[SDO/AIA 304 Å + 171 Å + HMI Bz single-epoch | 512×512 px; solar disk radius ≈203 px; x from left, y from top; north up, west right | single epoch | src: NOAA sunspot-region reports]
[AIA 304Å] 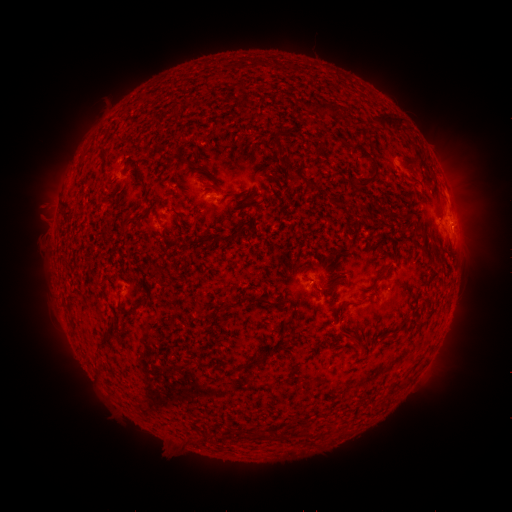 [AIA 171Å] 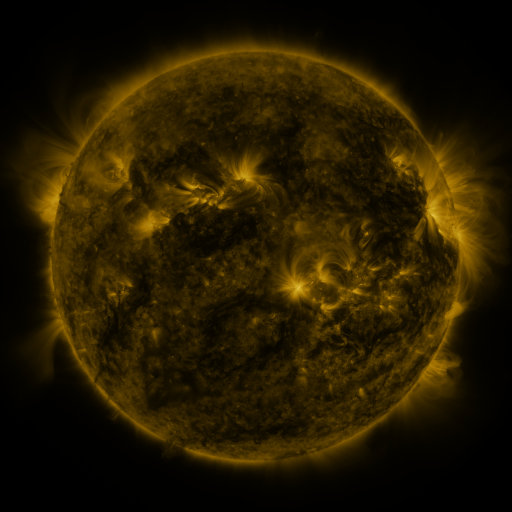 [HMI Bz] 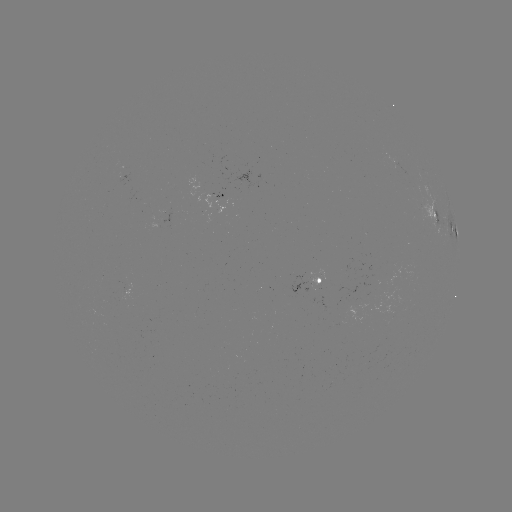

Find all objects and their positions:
spotted active region: (214, 199)
spotted active region: (449, 226)
spotted active region: (320, 285)
